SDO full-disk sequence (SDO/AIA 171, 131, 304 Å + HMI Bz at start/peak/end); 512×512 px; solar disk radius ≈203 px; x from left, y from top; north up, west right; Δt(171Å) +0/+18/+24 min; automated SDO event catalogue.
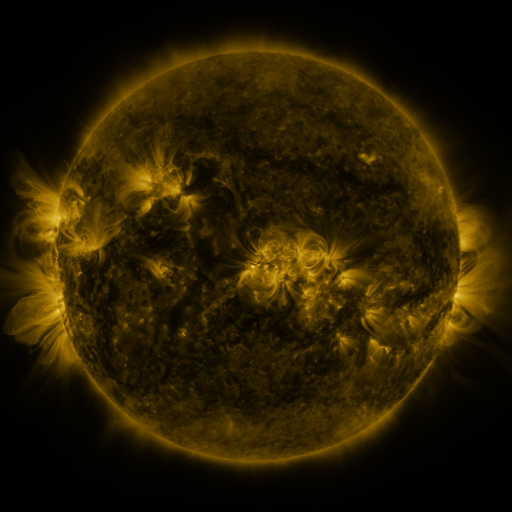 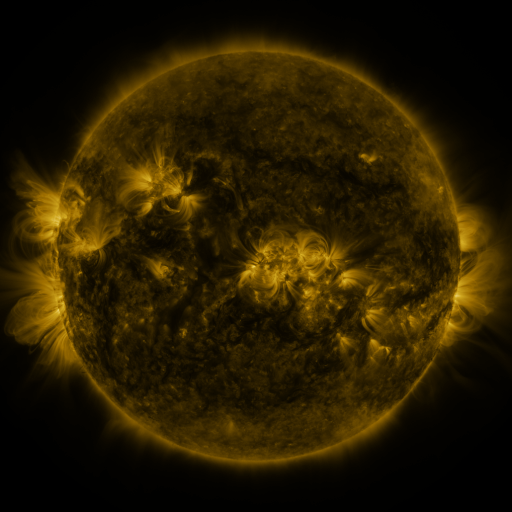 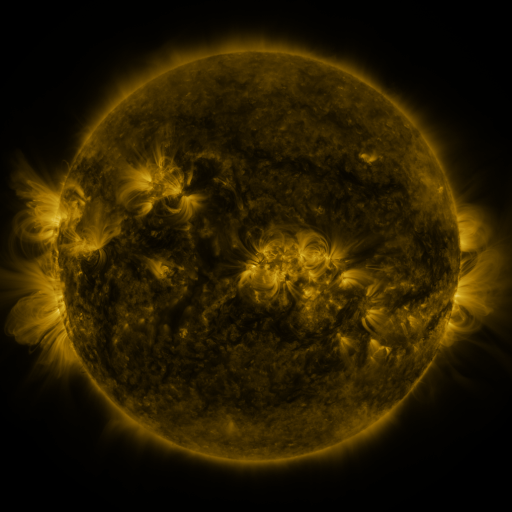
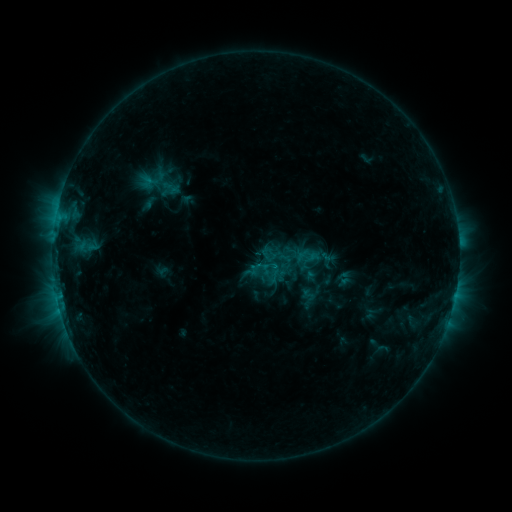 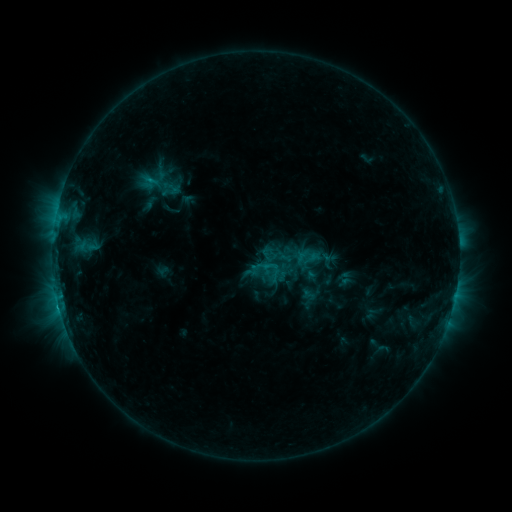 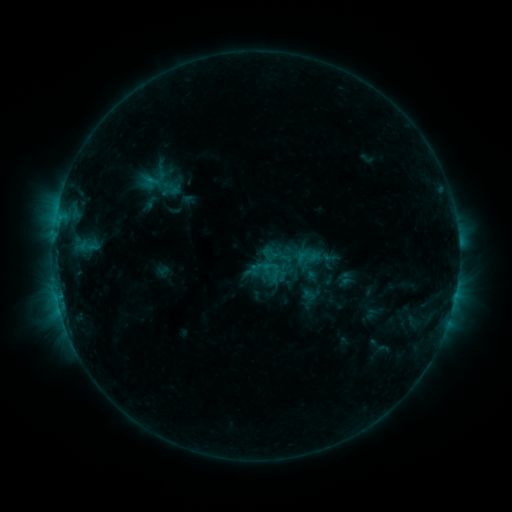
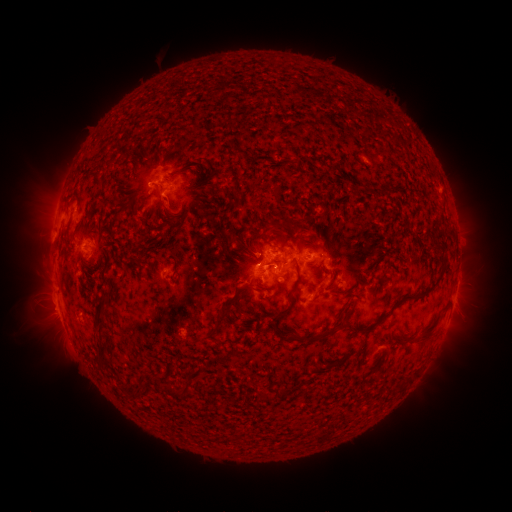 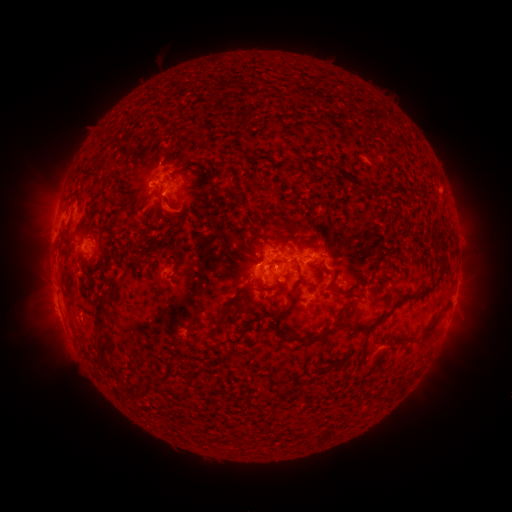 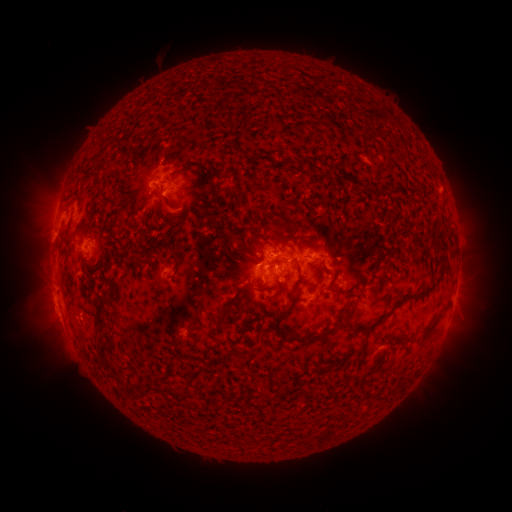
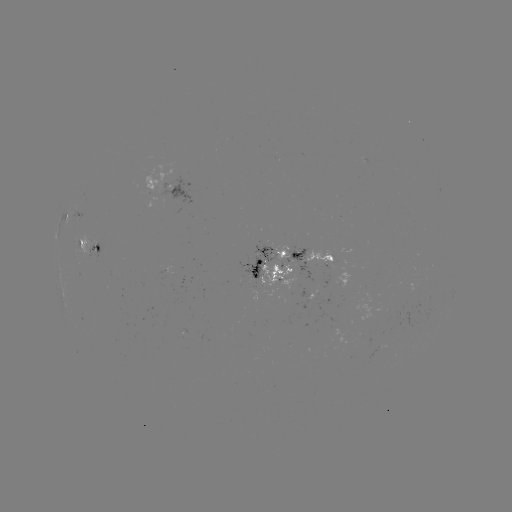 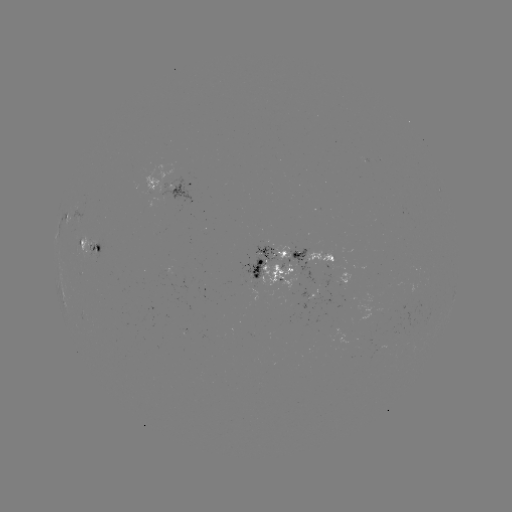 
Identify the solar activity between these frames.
C1.7 flare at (266, 262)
